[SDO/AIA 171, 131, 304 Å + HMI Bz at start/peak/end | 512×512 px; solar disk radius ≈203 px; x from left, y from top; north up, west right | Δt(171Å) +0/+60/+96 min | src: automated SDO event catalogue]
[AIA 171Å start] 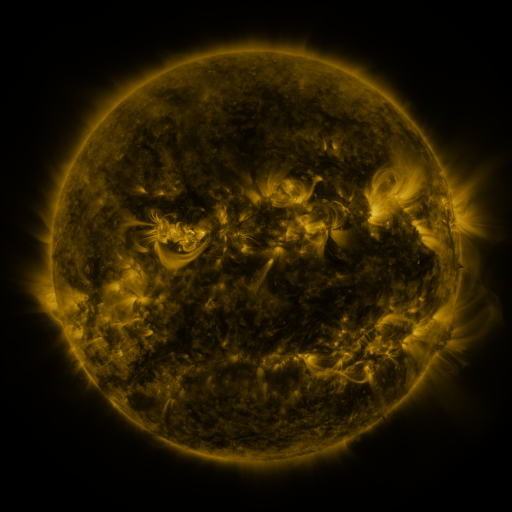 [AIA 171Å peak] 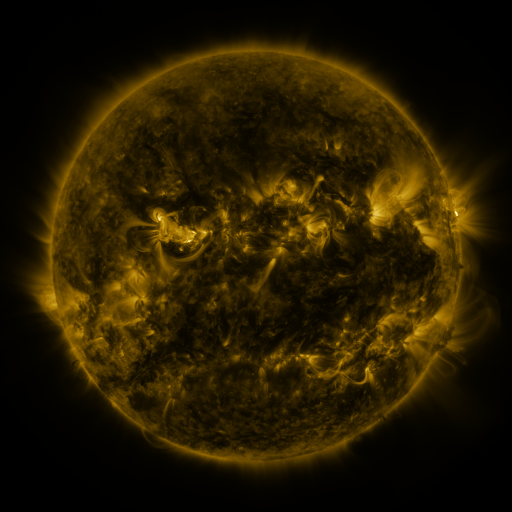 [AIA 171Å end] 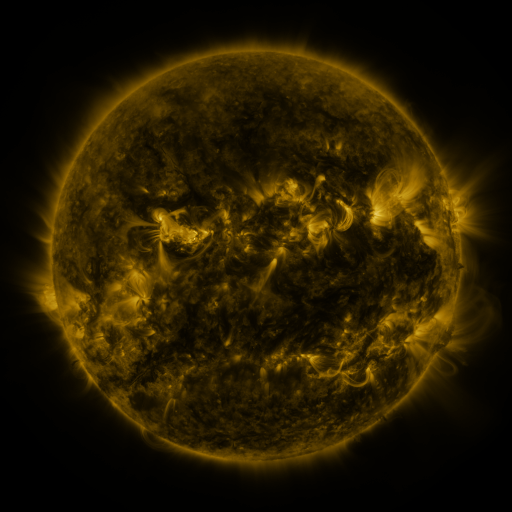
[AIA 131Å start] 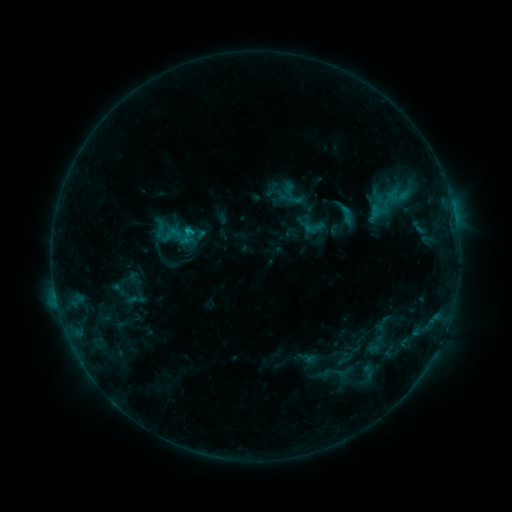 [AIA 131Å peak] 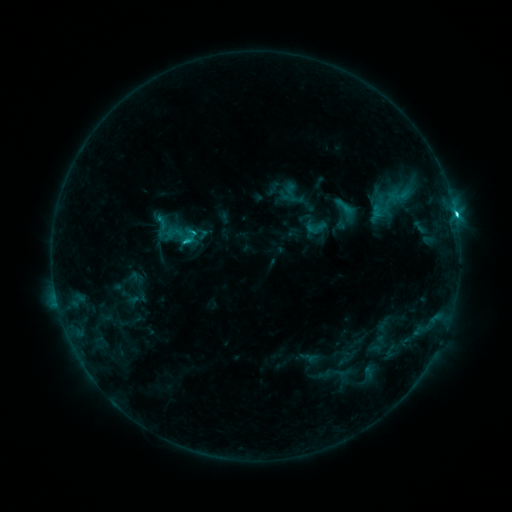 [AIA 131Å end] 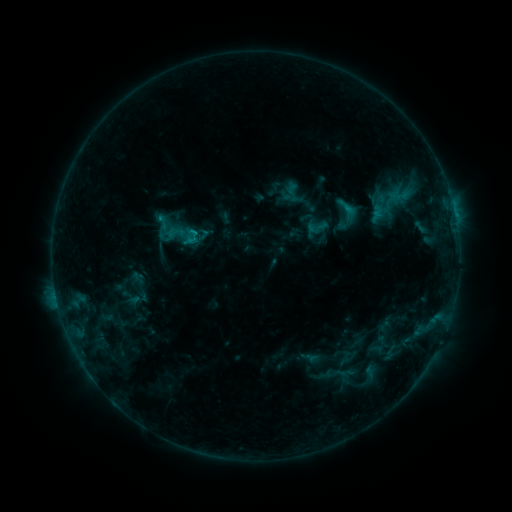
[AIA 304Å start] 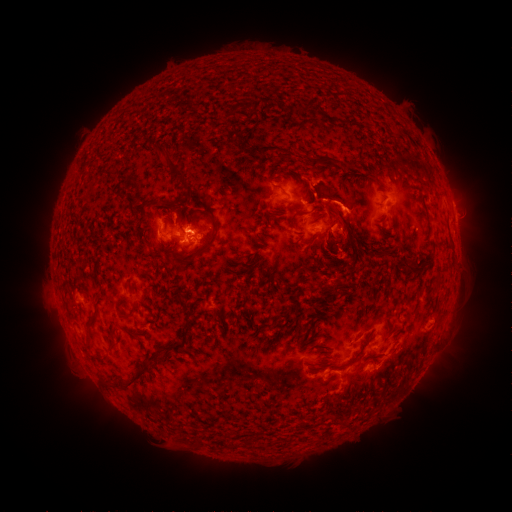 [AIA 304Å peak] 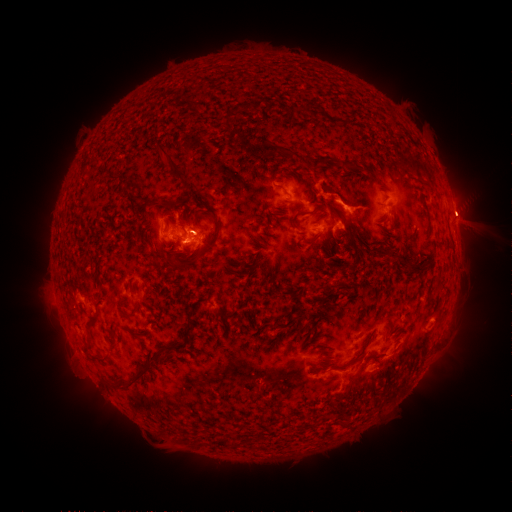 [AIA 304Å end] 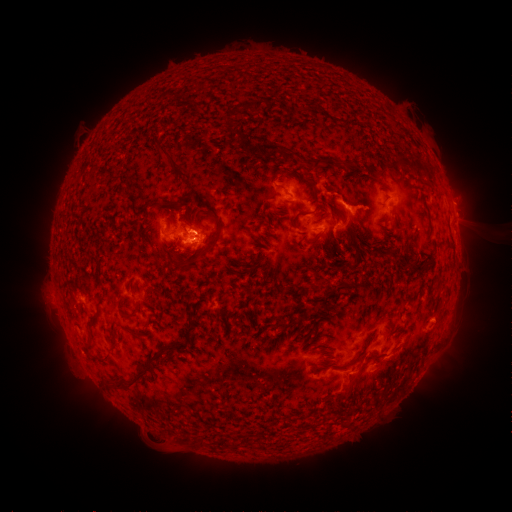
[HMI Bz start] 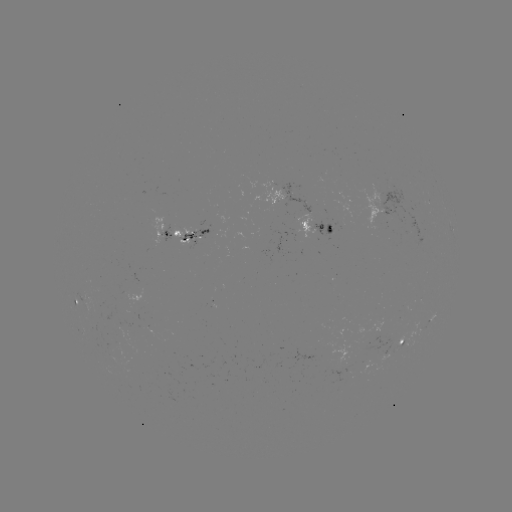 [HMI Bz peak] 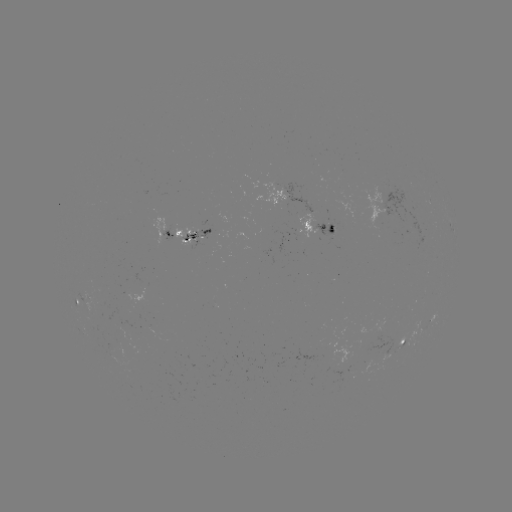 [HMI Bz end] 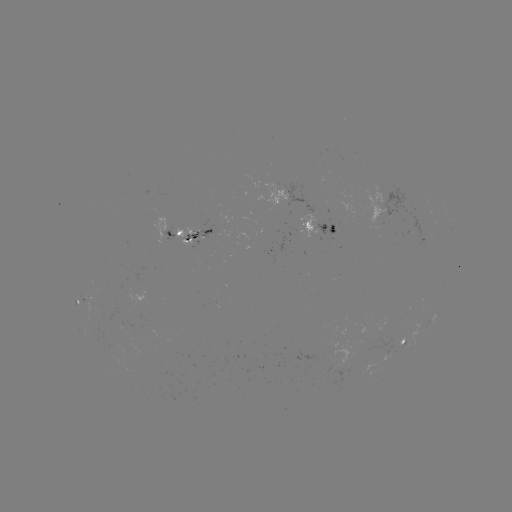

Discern emerging-flux region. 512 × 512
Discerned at [200, 236].